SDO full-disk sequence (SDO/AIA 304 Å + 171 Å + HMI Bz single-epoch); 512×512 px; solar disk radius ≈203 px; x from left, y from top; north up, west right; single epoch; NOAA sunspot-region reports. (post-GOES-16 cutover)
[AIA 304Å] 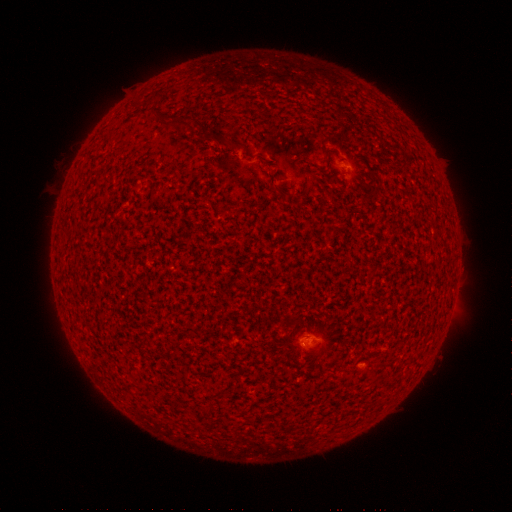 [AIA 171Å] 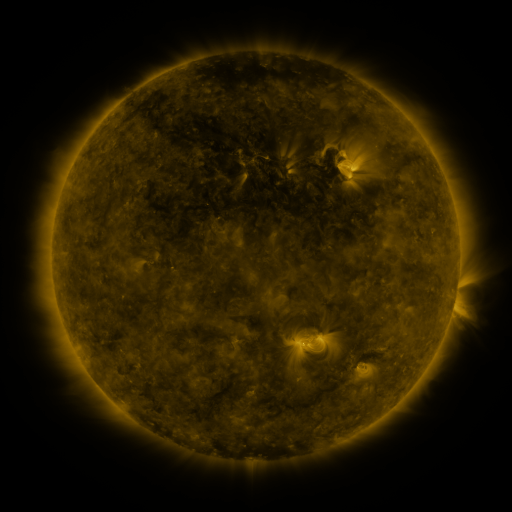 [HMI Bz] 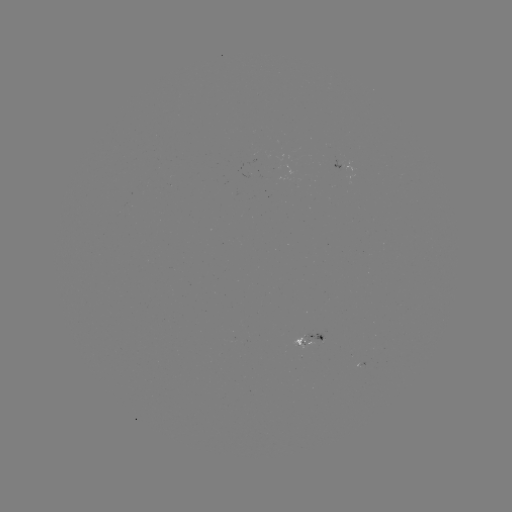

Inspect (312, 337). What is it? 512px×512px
spotted active region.